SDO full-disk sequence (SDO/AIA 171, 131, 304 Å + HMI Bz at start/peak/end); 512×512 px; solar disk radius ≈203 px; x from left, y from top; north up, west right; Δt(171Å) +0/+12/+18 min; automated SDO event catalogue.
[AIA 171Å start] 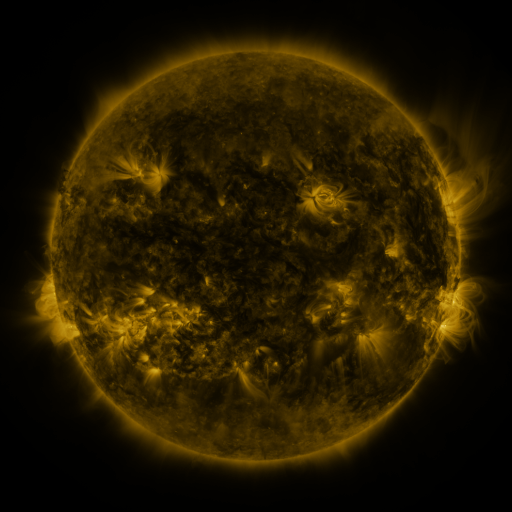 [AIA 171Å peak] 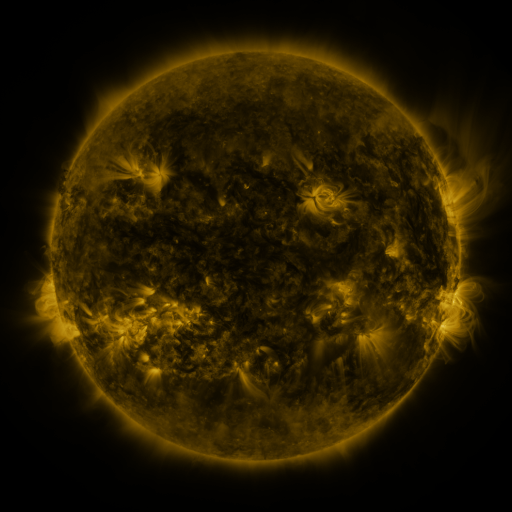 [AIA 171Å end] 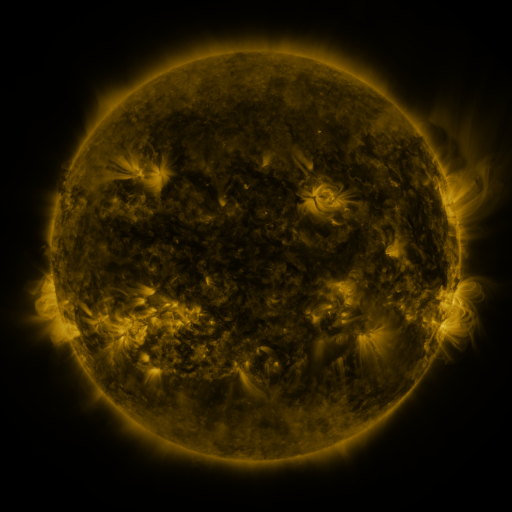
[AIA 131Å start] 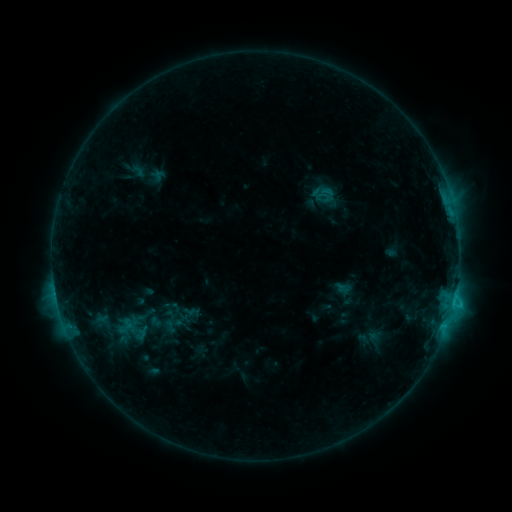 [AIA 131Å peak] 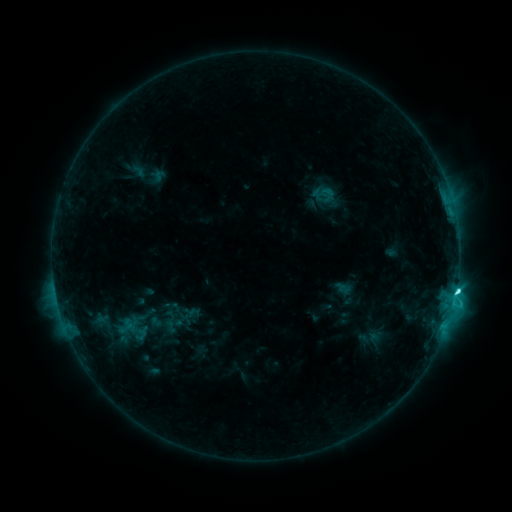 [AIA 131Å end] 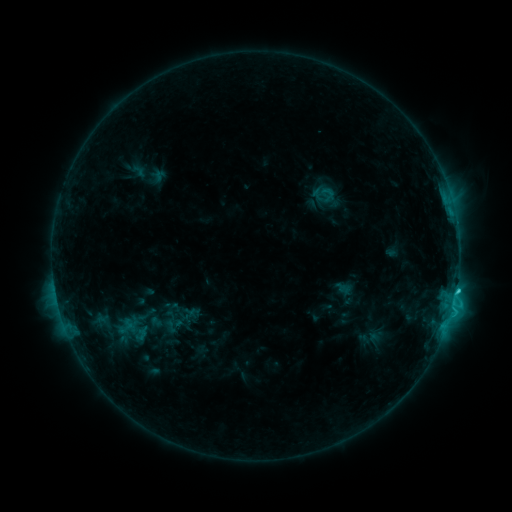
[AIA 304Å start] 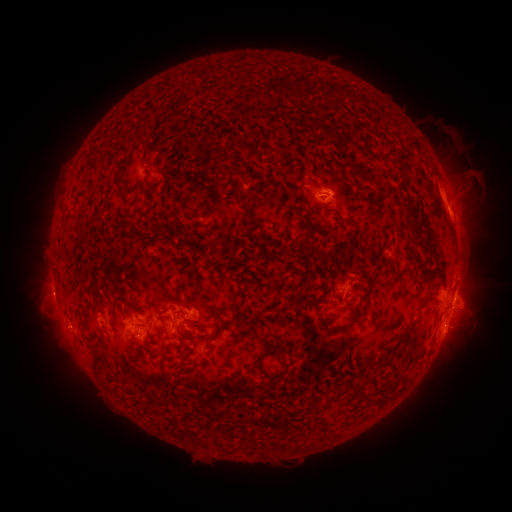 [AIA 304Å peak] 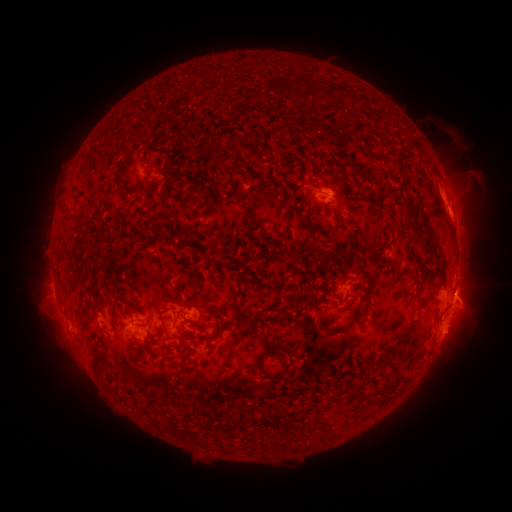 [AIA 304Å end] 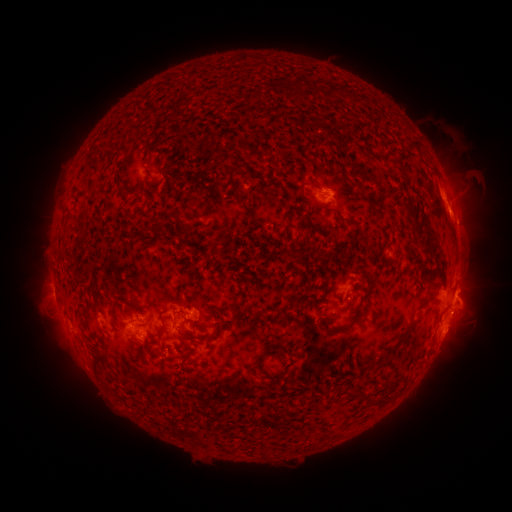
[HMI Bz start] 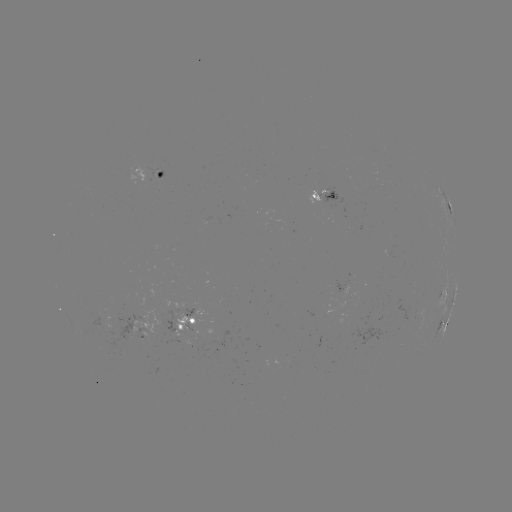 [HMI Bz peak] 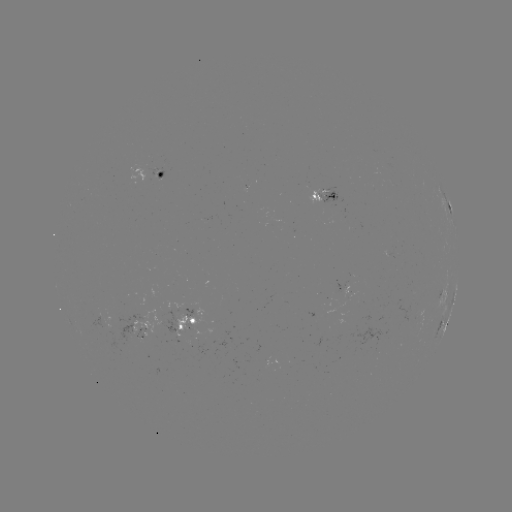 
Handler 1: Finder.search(C3.3 flare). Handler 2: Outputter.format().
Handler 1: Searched C3.3 flare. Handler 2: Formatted [456, 291].